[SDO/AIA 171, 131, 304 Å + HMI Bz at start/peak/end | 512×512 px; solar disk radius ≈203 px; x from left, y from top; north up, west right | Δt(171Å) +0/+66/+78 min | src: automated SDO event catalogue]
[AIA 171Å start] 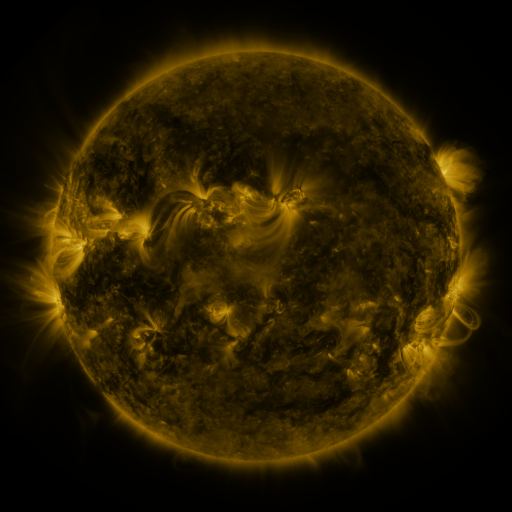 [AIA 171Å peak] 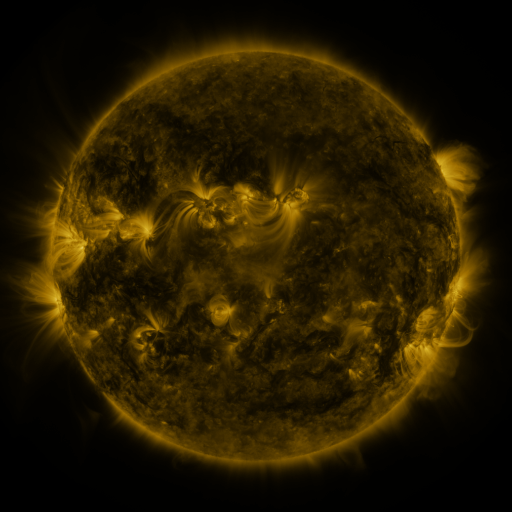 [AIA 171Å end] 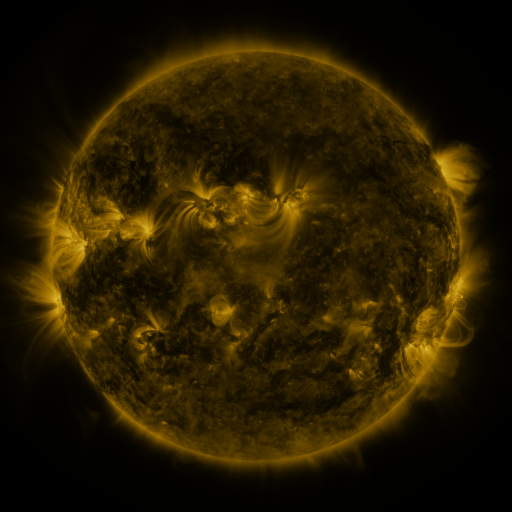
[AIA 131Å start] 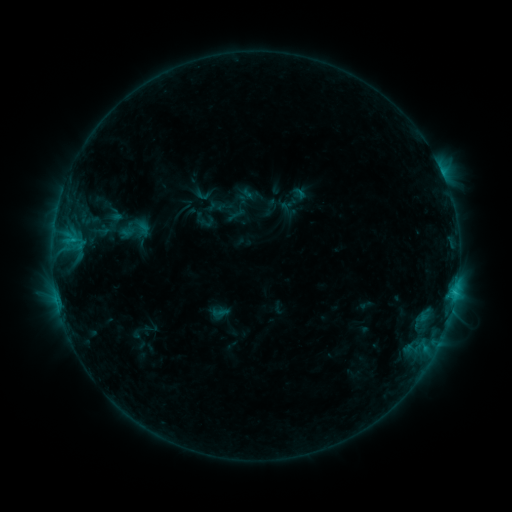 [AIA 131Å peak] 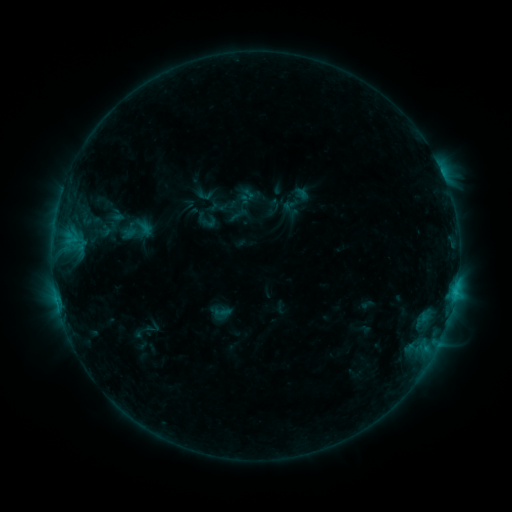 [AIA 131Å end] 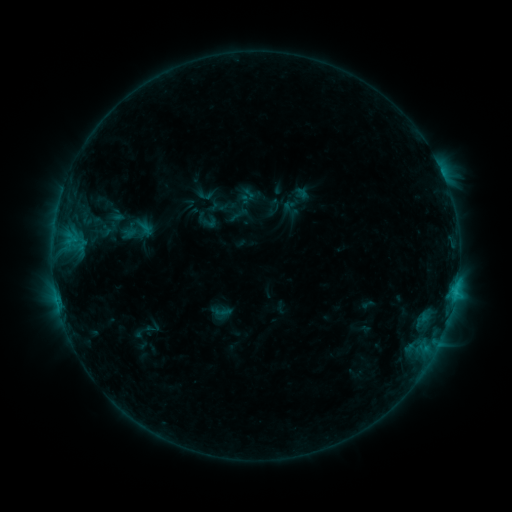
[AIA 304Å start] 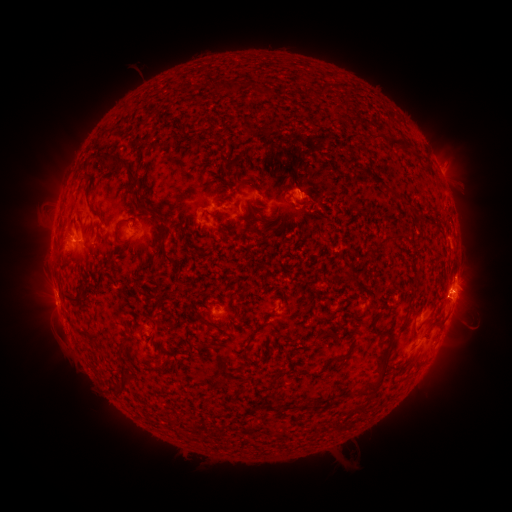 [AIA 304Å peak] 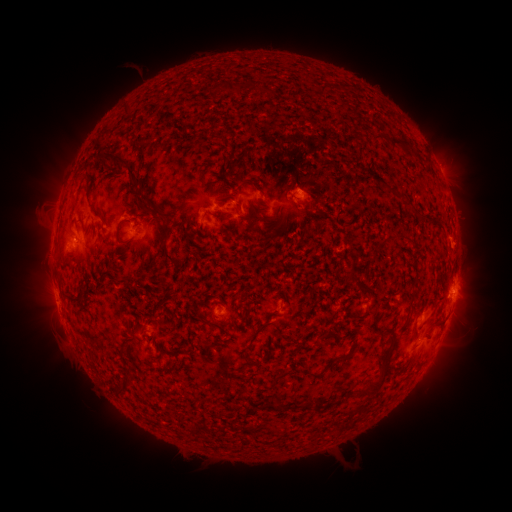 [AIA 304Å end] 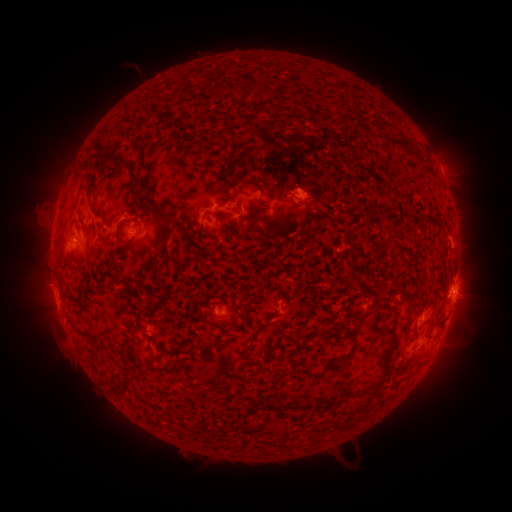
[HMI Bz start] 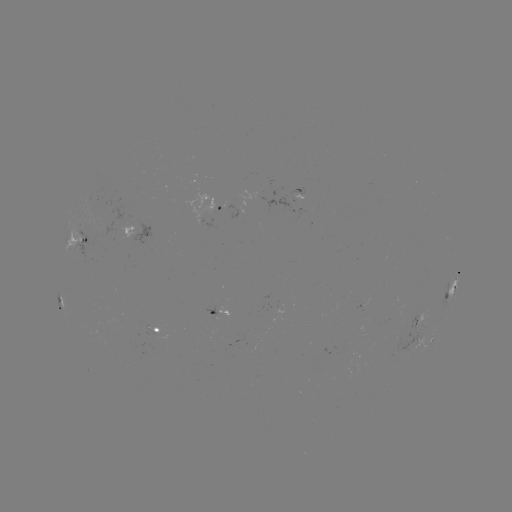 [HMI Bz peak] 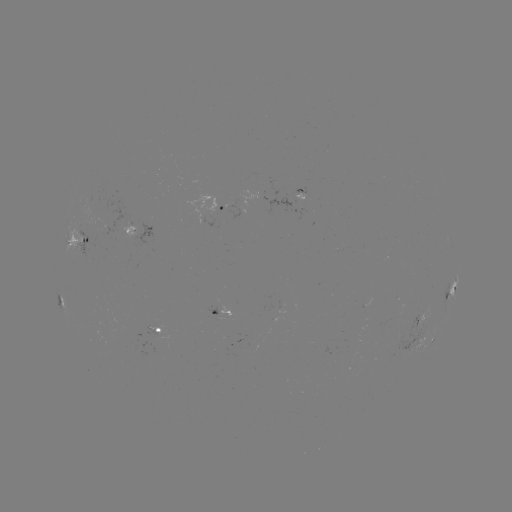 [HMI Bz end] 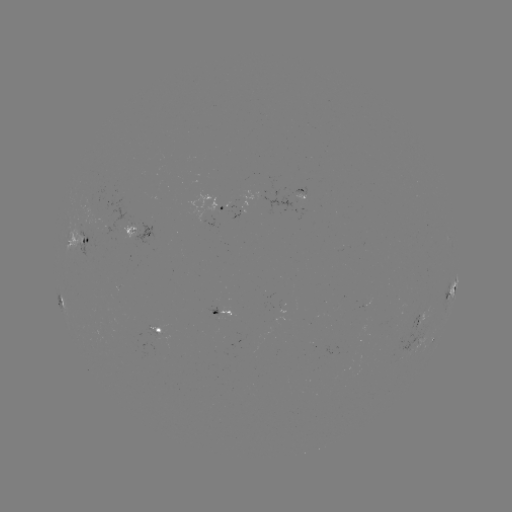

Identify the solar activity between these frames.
emerging-flux region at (96, 202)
